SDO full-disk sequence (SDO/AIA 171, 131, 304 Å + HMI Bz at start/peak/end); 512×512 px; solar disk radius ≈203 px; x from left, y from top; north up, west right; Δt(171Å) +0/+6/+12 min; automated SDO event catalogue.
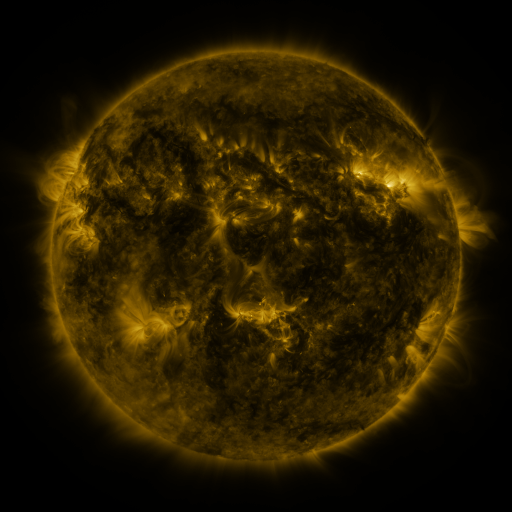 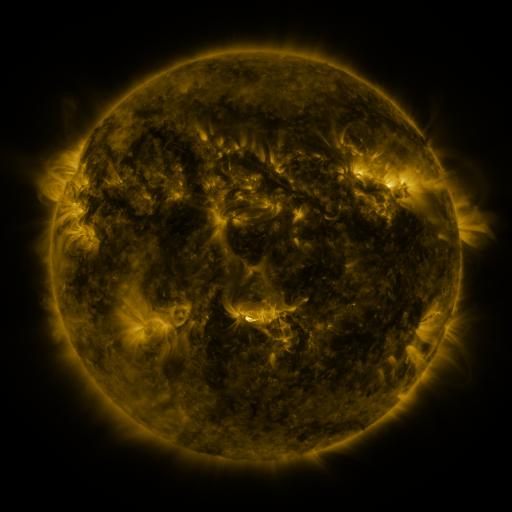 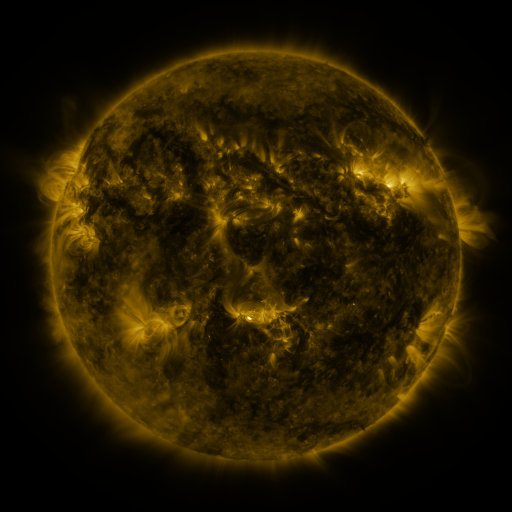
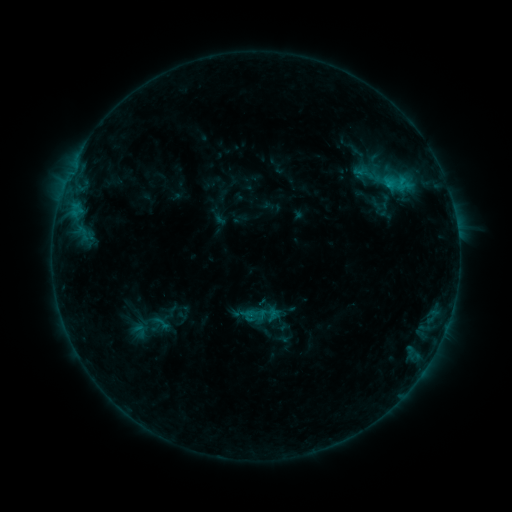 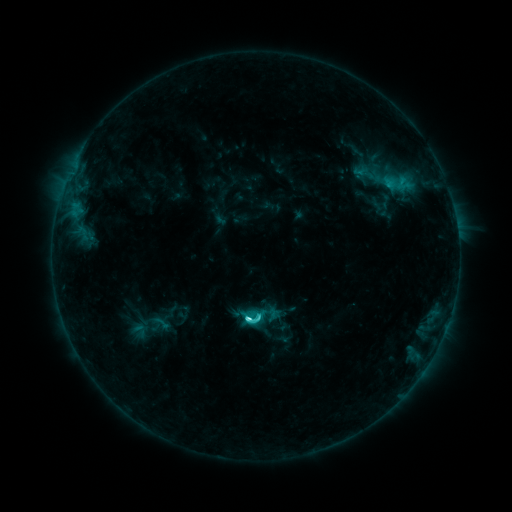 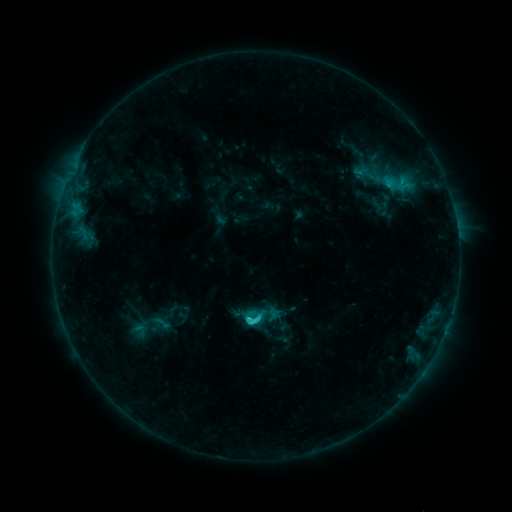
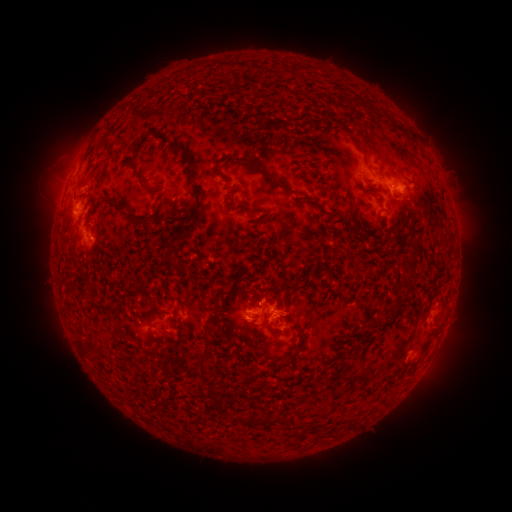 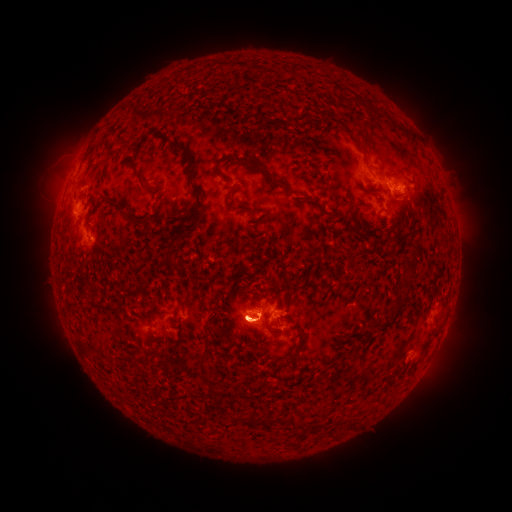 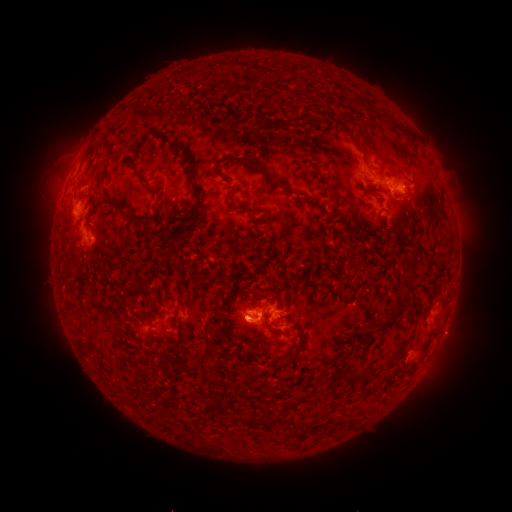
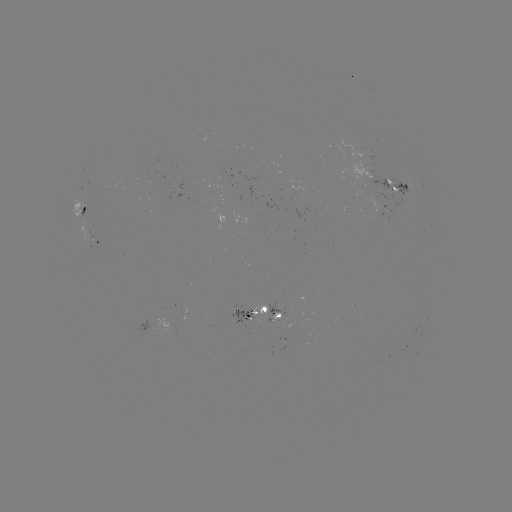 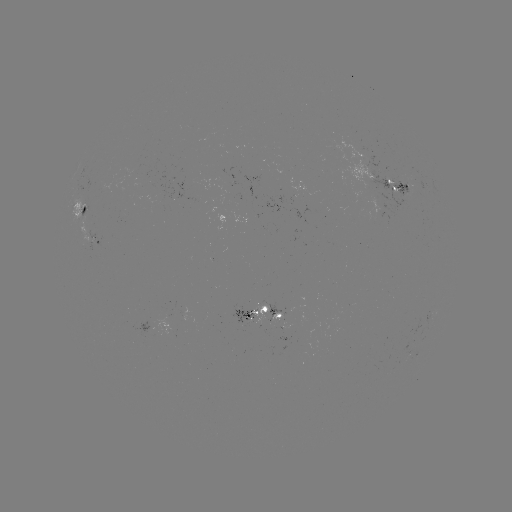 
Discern C4.3 flare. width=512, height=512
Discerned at (249, 316).